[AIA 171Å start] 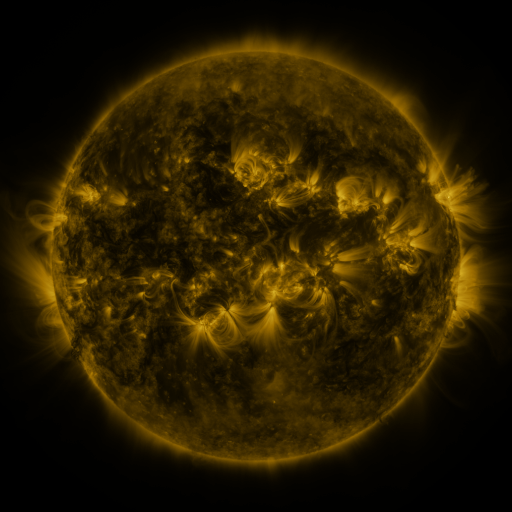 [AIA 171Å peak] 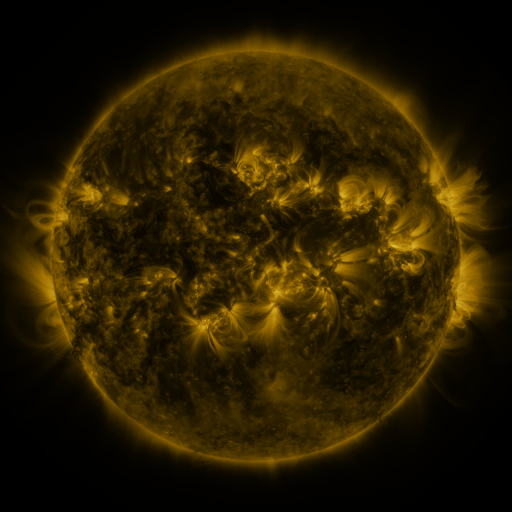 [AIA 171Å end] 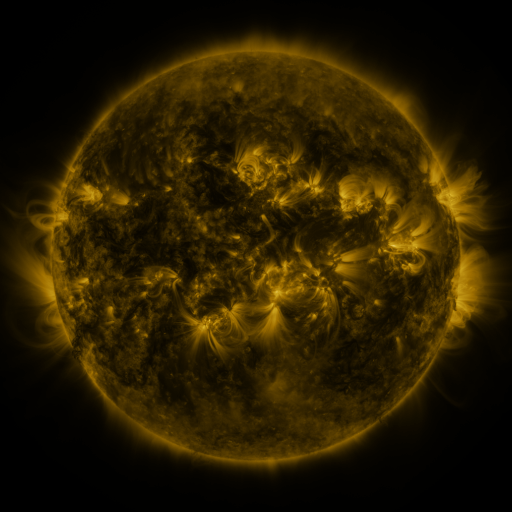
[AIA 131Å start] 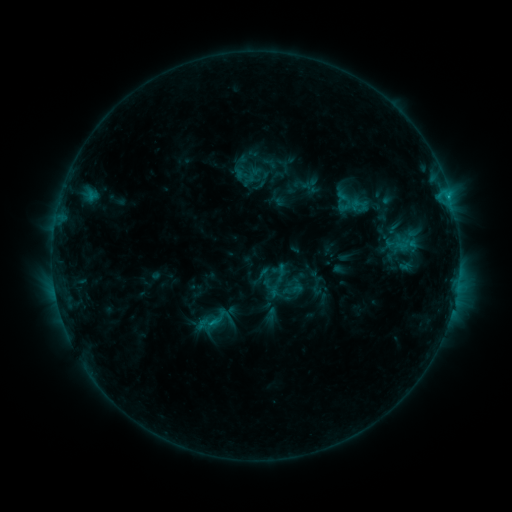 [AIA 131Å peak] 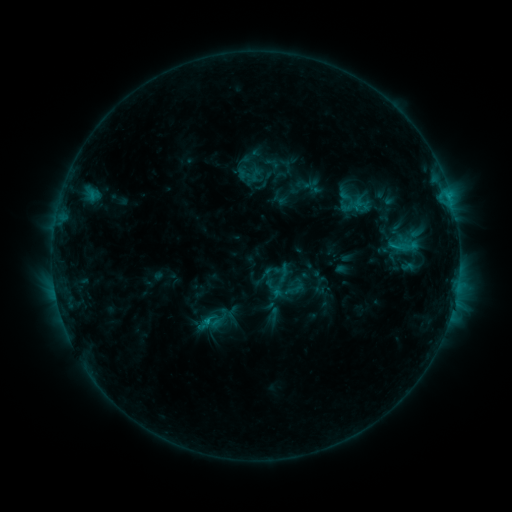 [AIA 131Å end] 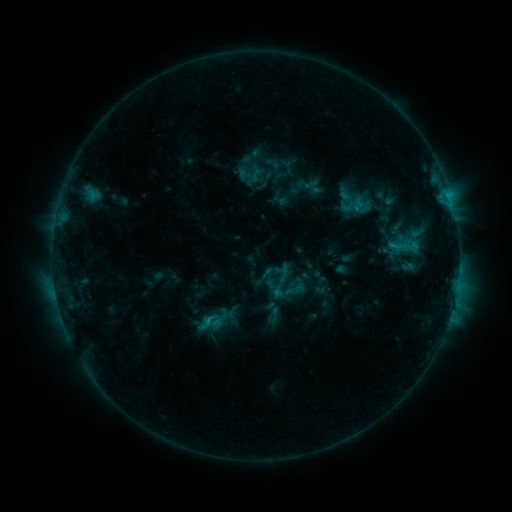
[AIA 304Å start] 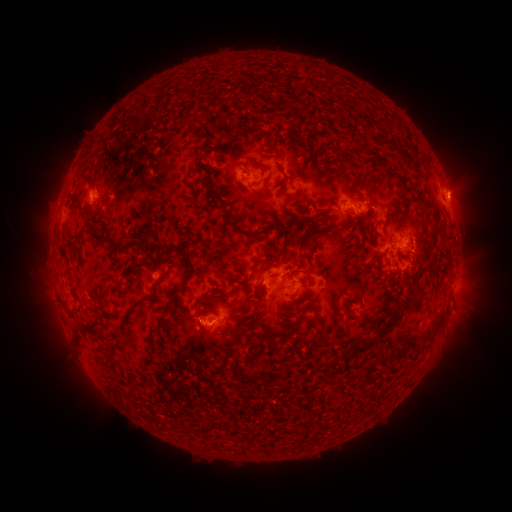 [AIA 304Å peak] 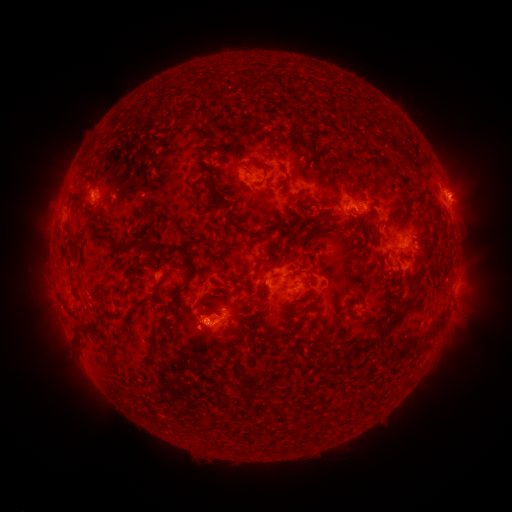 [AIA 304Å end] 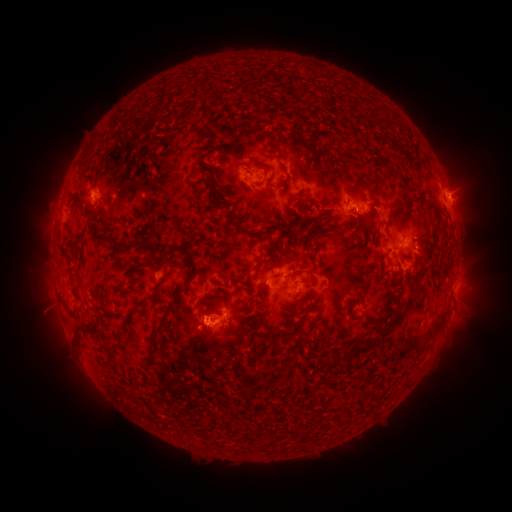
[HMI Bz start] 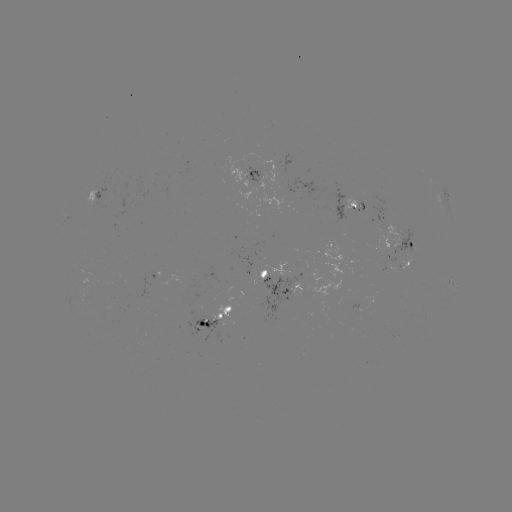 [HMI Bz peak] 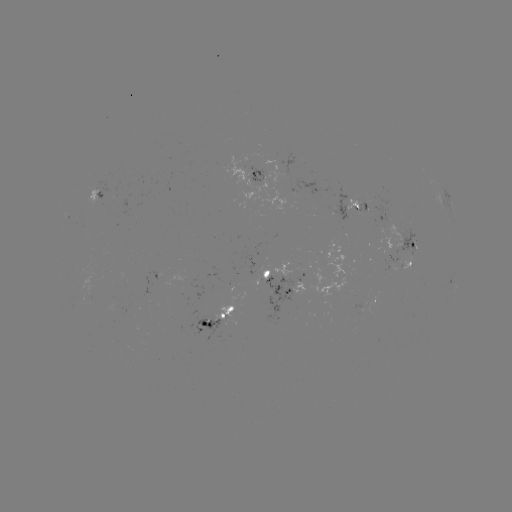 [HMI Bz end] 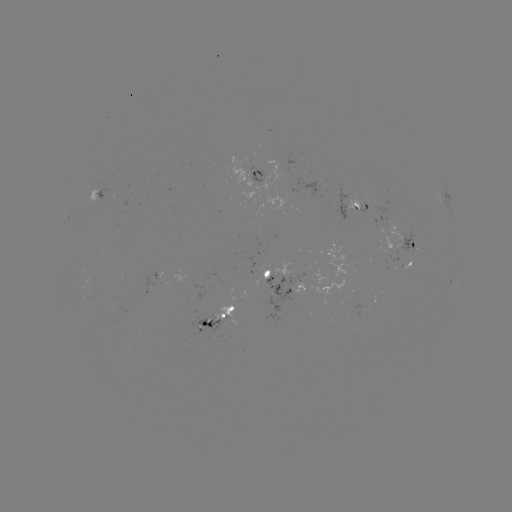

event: emerging-flux region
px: (255, 179)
